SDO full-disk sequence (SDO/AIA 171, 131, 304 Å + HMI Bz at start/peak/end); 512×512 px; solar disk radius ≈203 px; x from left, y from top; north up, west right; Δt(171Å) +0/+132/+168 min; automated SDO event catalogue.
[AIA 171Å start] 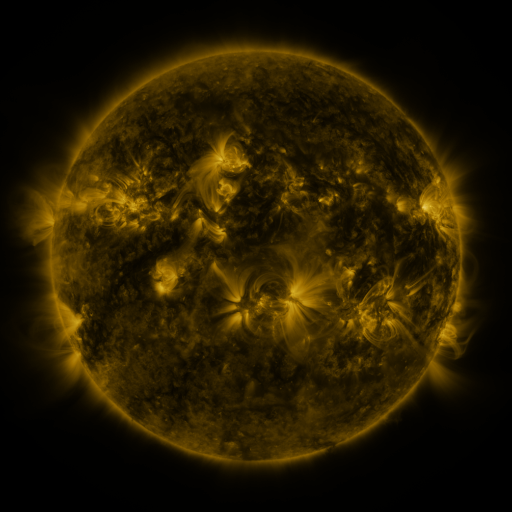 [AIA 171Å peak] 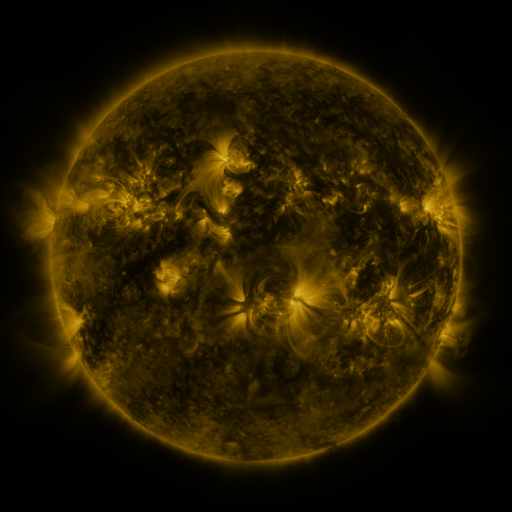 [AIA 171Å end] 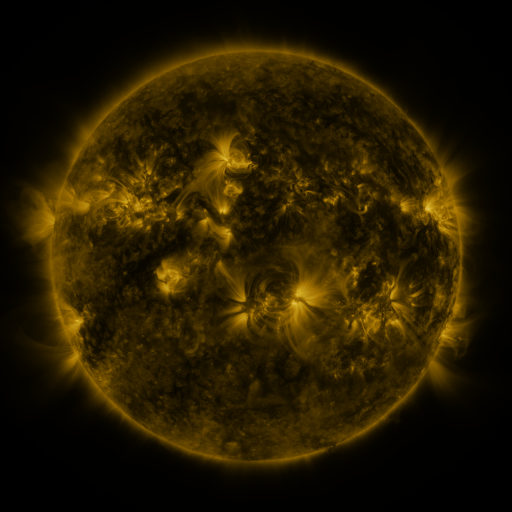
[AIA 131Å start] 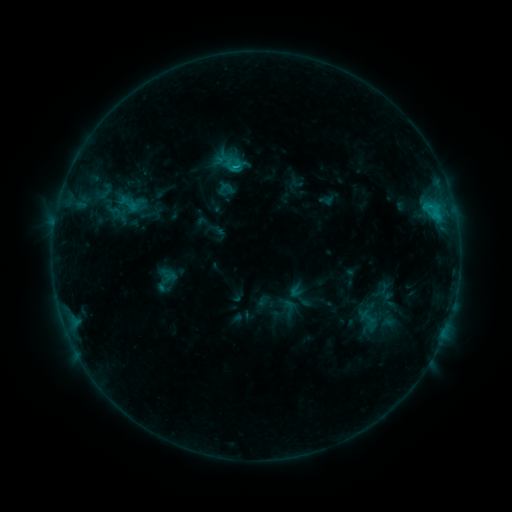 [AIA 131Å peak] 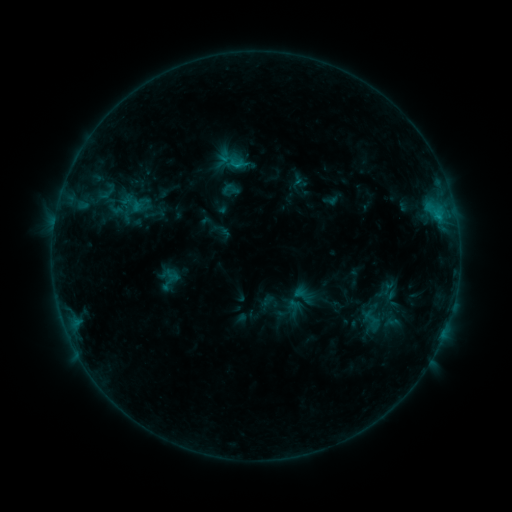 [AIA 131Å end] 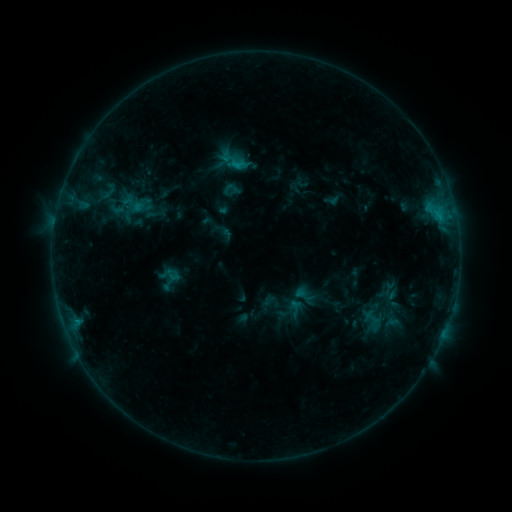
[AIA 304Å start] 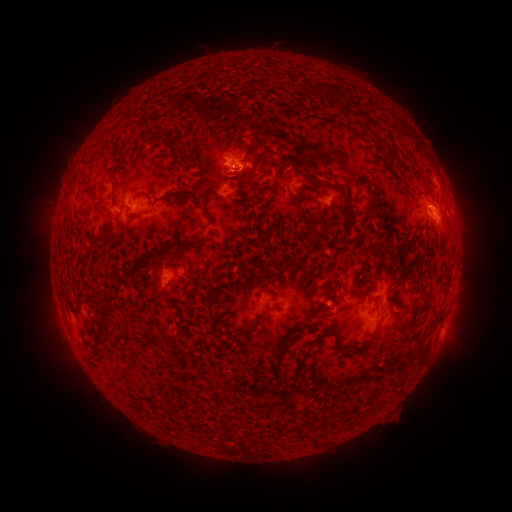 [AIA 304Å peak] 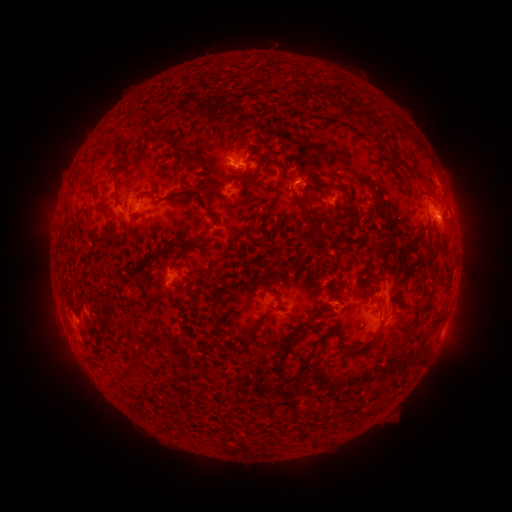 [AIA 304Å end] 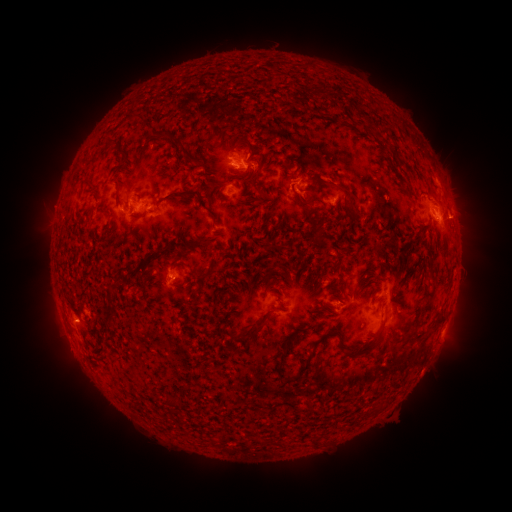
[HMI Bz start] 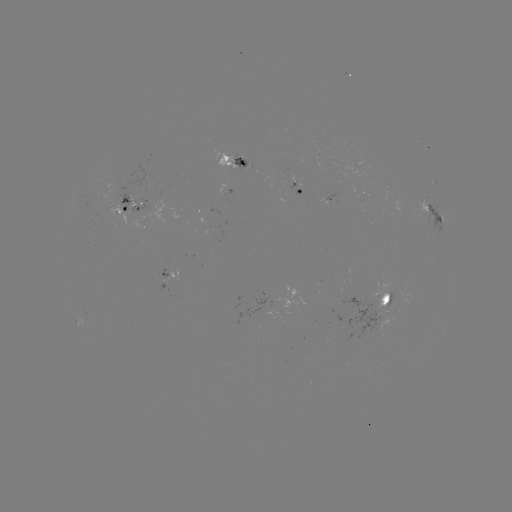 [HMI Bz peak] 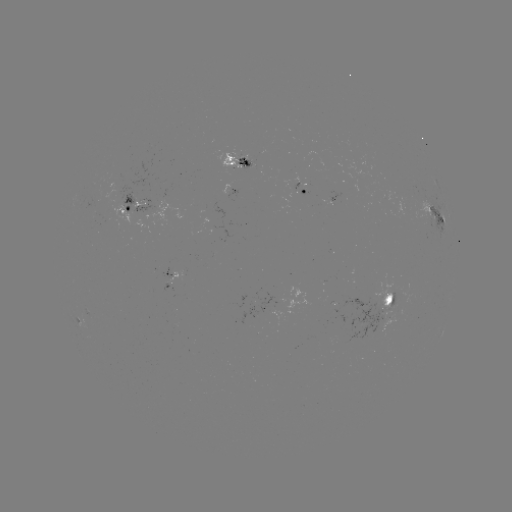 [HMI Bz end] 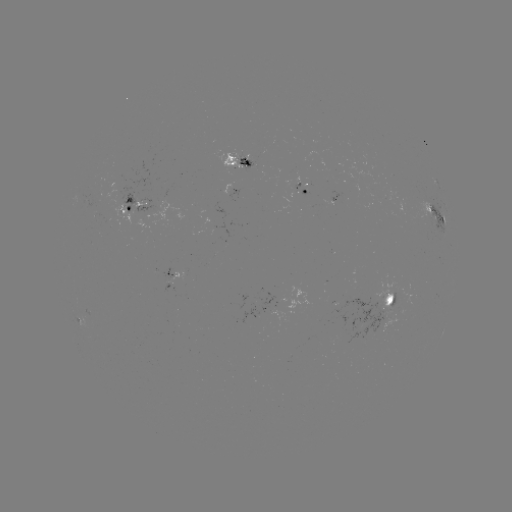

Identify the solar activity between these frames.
emerging-flux region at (372, 310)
